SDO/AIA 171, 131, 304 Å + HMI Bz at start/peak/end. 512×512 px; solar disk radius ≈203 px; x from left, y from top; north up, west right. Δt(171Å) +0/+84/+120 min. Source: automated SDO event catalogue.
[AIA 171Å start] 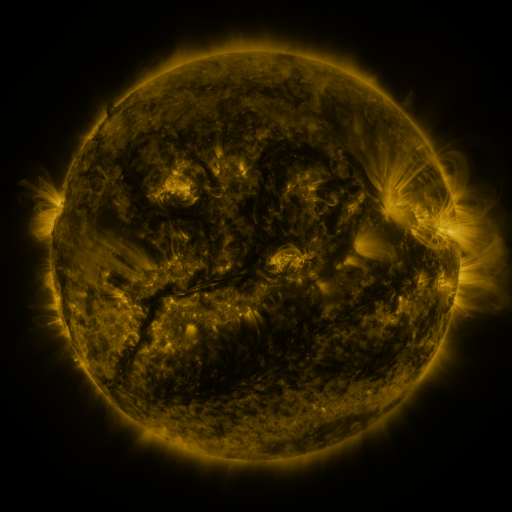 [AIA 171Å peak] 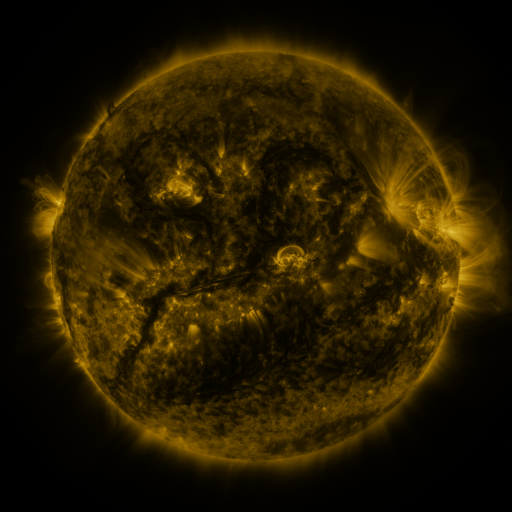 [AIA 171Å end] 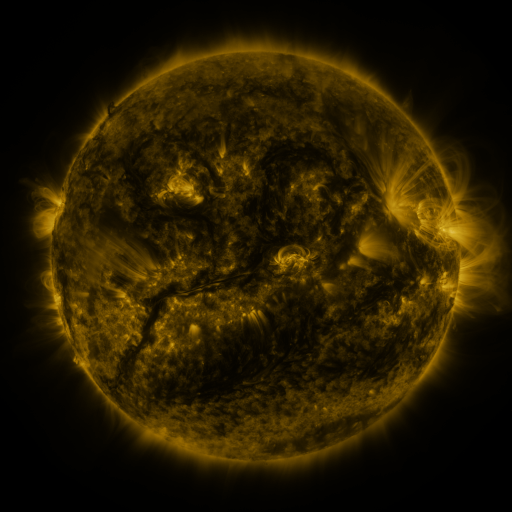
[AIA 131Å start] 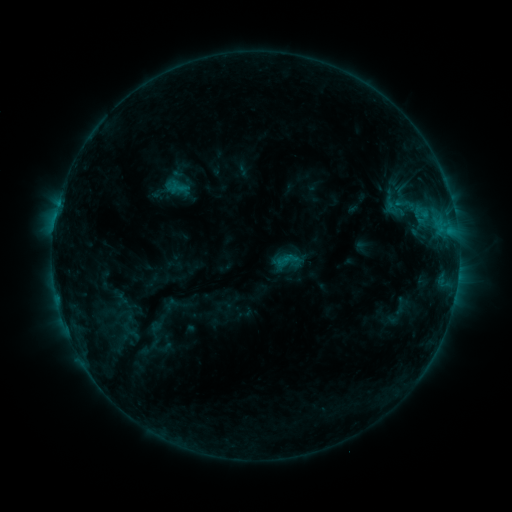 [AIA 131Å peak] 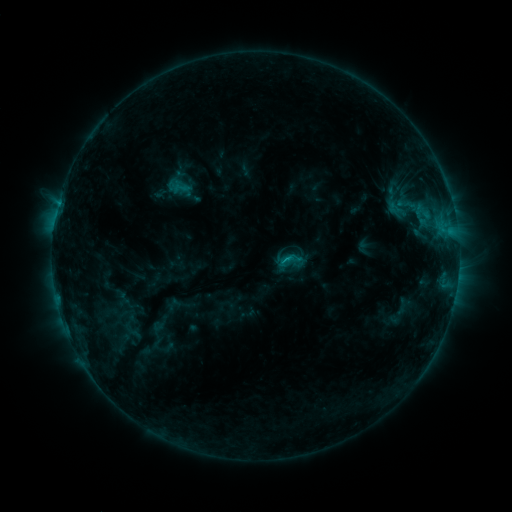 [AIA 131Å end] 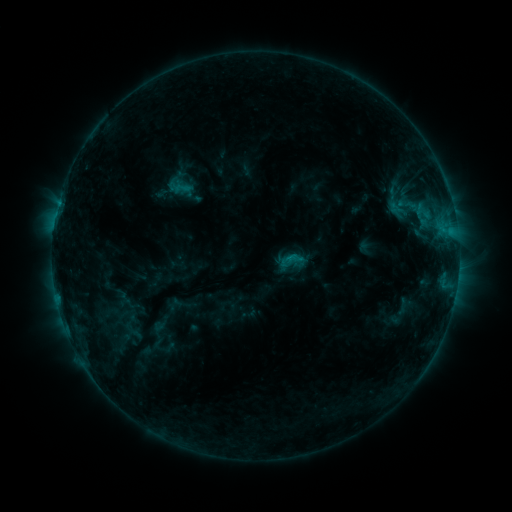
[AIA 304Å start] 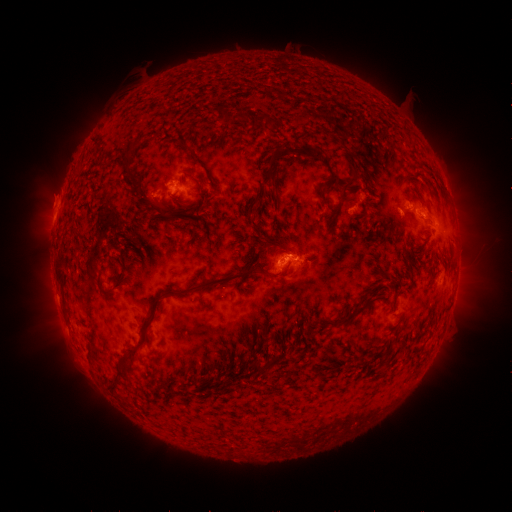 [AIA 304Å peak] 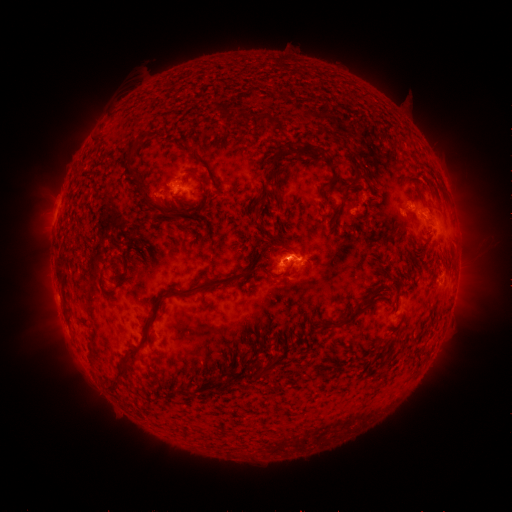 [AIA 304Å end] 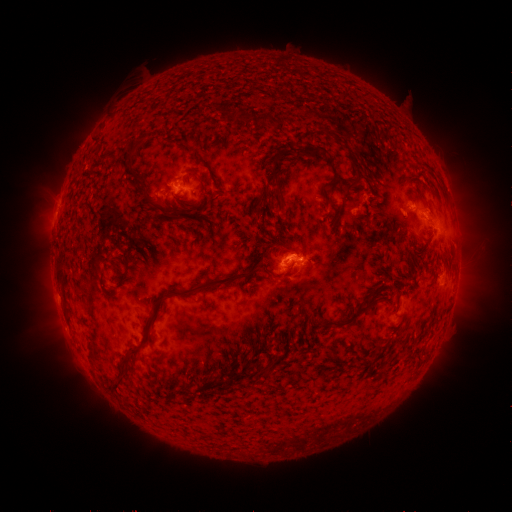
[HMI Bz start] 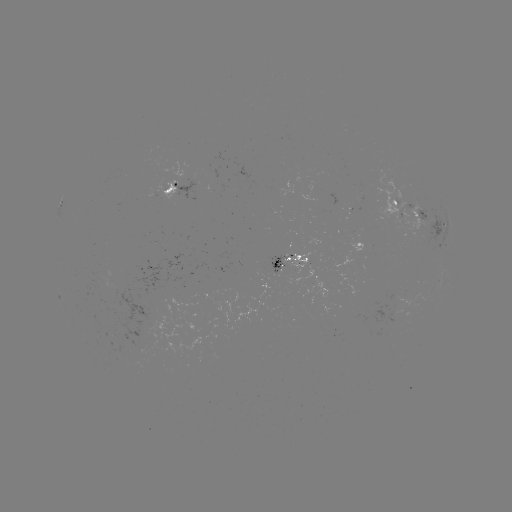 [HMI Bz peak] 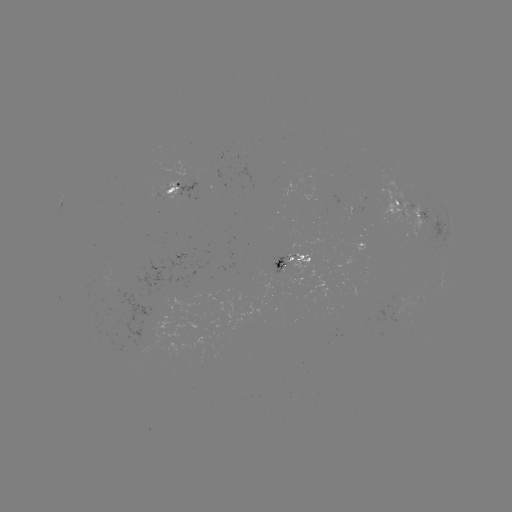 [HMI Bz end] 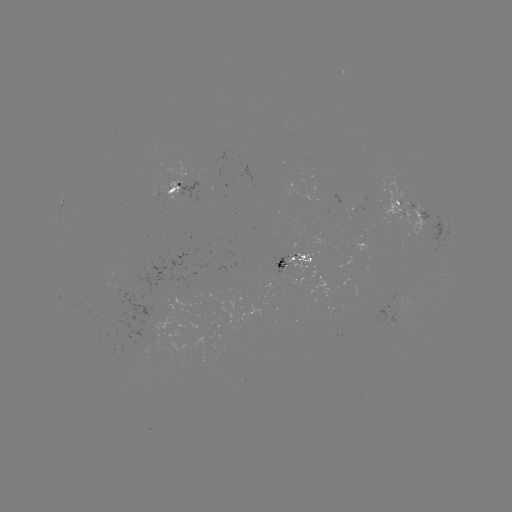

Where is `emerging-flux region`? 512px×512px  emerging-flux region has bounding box [395, 199, 428, 243].